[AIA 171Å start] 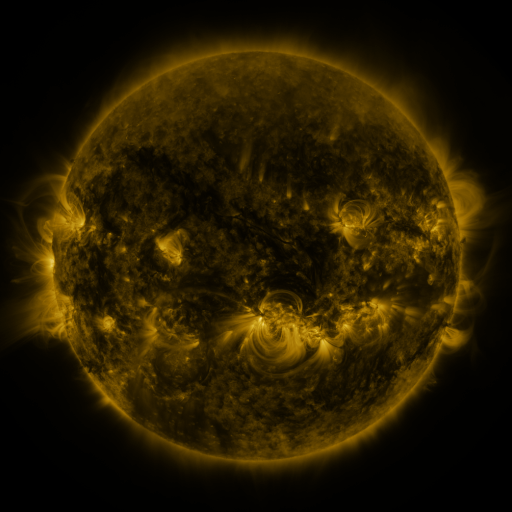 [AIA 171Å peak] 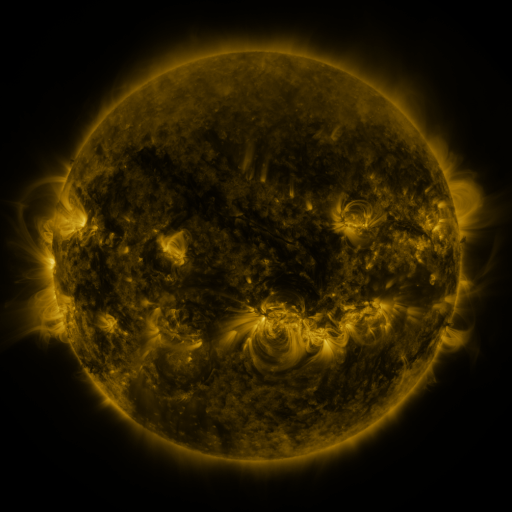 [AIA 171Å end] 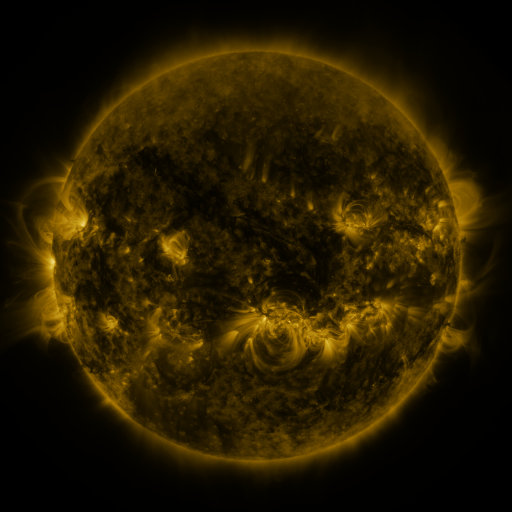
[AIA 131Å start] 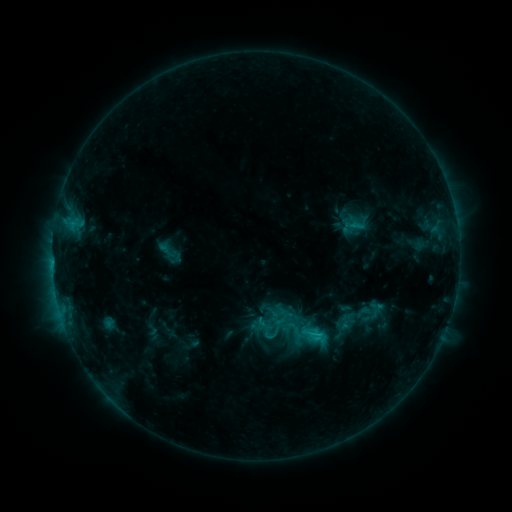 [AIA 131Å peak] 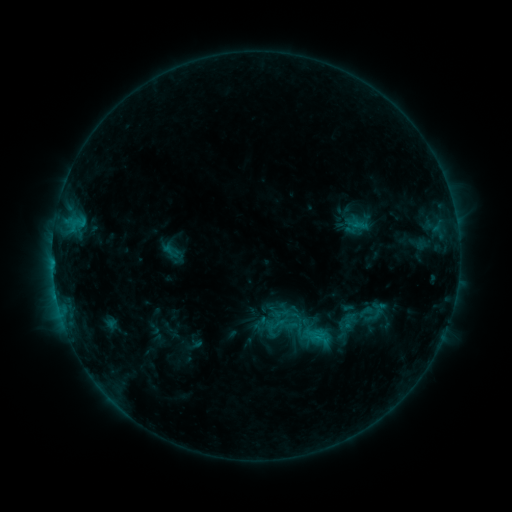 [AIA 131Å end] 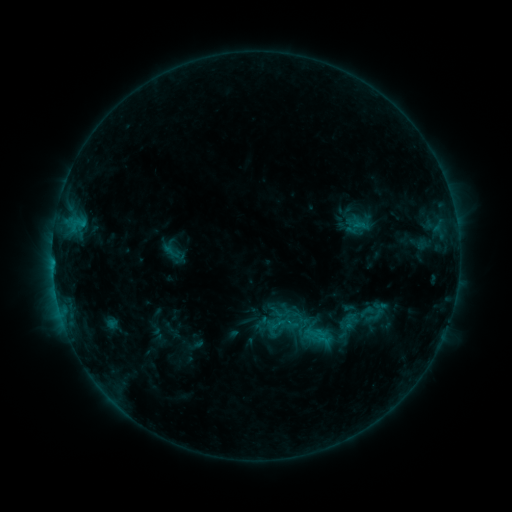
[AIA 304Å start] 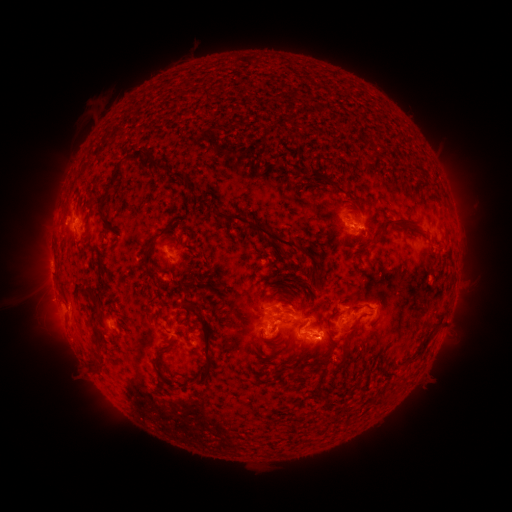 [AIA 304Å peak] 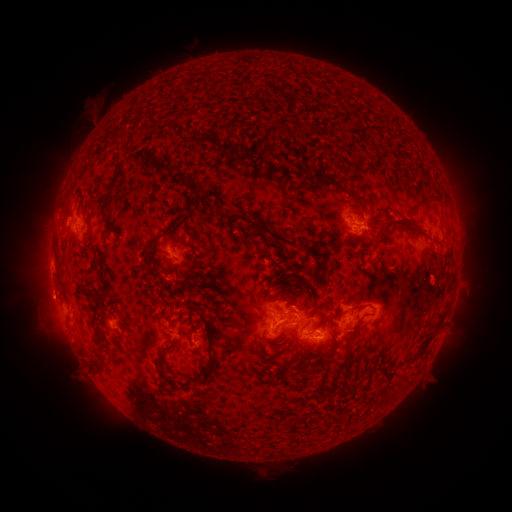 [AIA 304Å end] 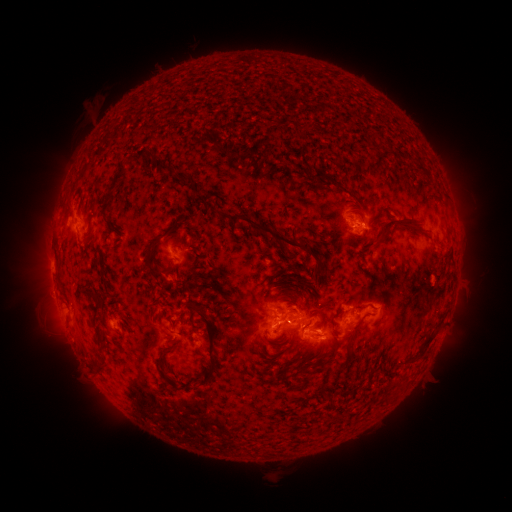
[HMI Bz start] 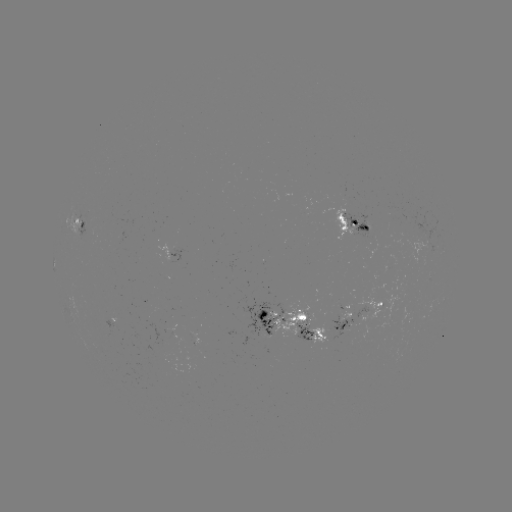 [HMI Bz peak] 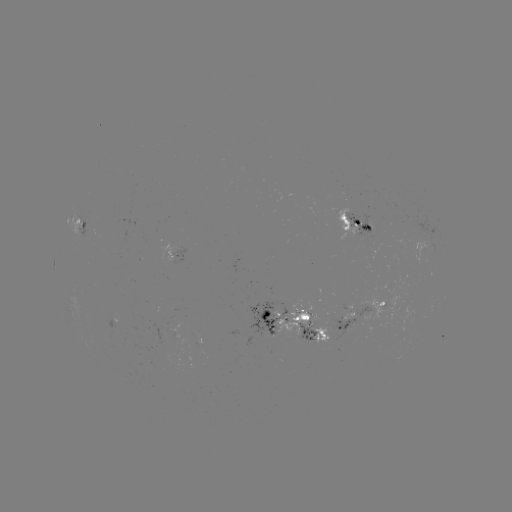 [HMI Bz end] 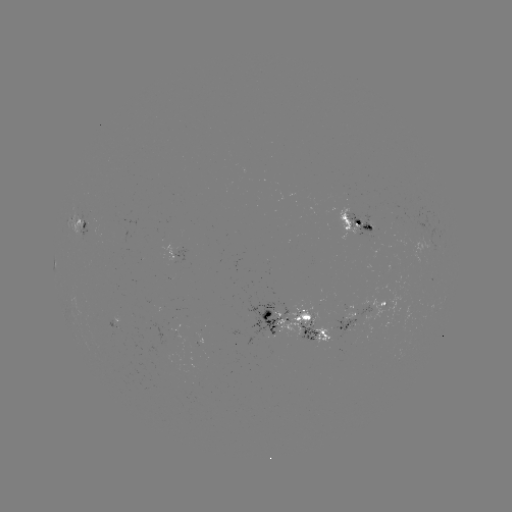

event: emerging-flux region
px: (393, 263)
